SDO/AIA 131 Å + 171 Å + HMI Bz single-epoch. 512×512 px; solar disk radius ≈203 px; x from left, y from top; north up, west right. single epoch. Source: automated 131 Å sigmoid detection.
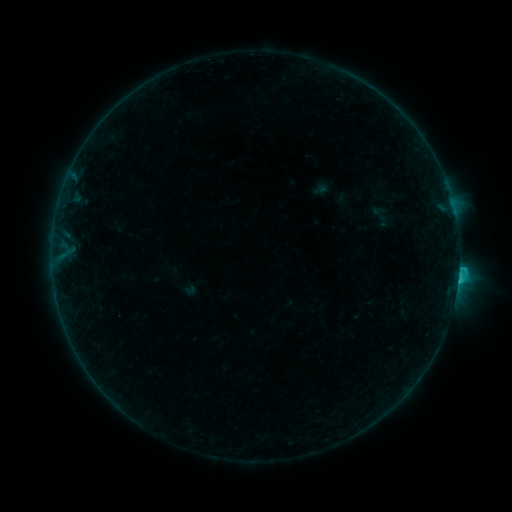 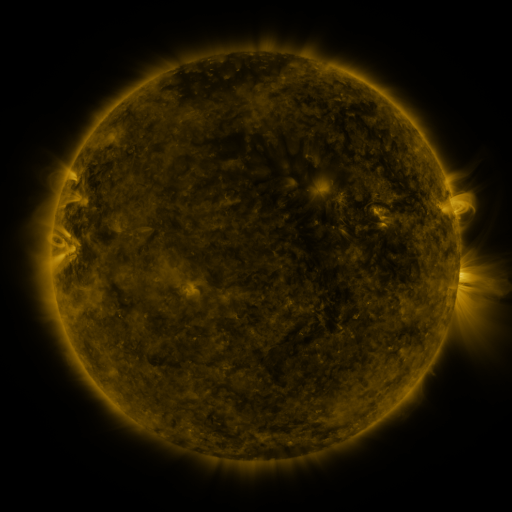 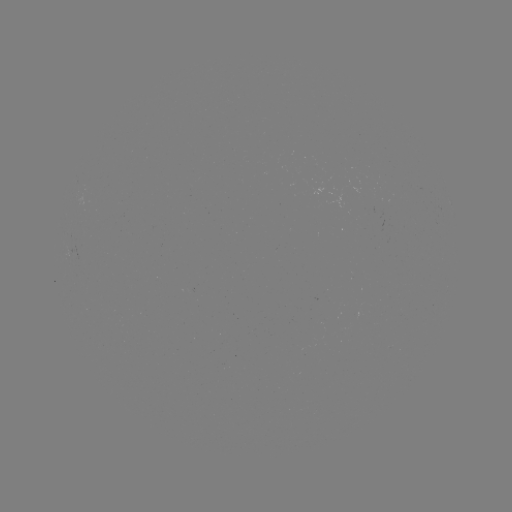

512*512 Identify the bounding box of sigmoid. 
[364, 203, 398, 229].